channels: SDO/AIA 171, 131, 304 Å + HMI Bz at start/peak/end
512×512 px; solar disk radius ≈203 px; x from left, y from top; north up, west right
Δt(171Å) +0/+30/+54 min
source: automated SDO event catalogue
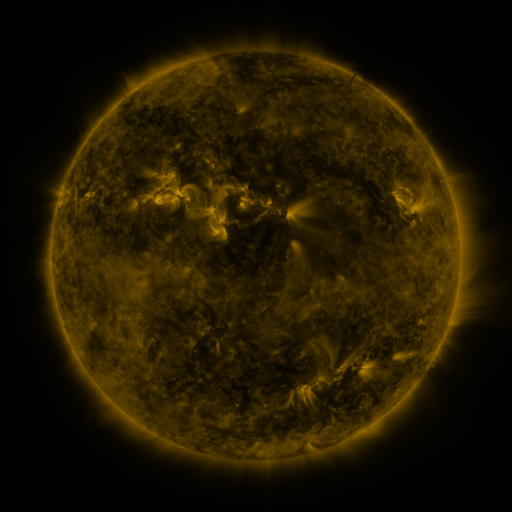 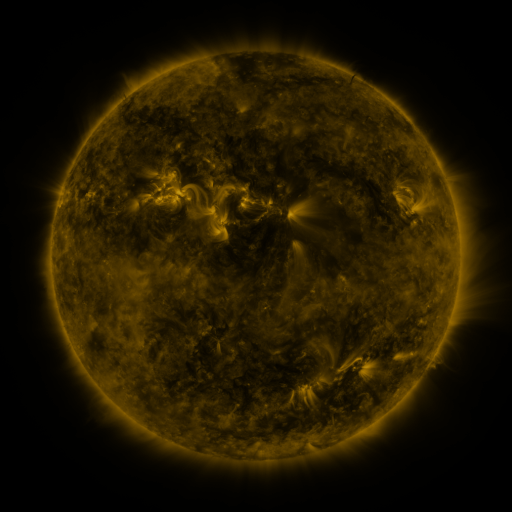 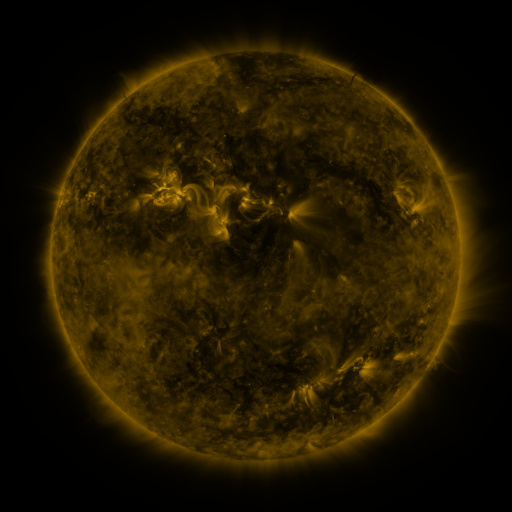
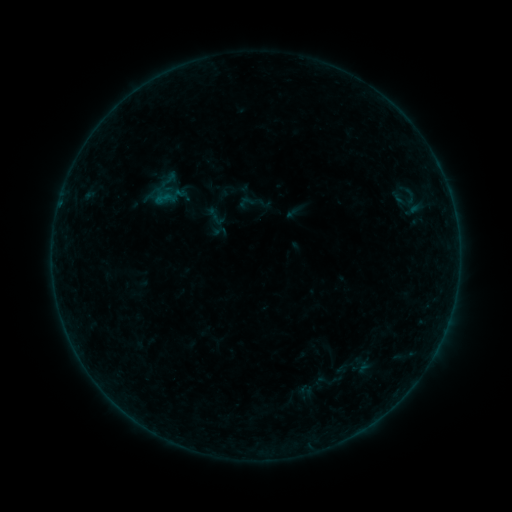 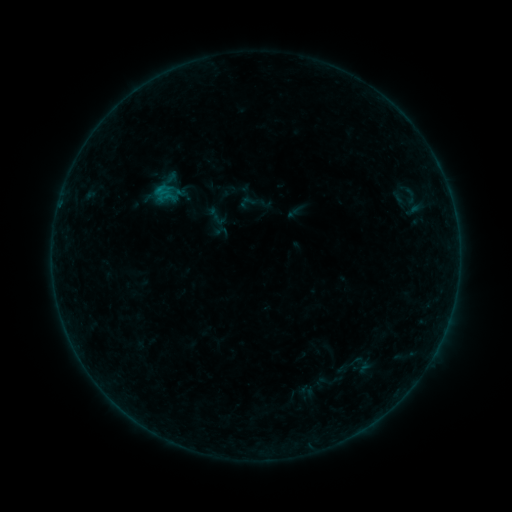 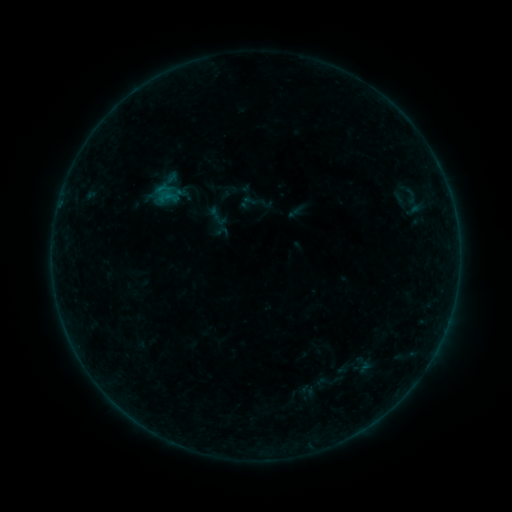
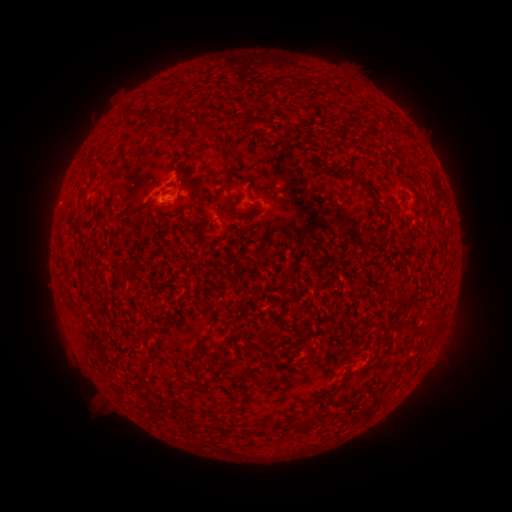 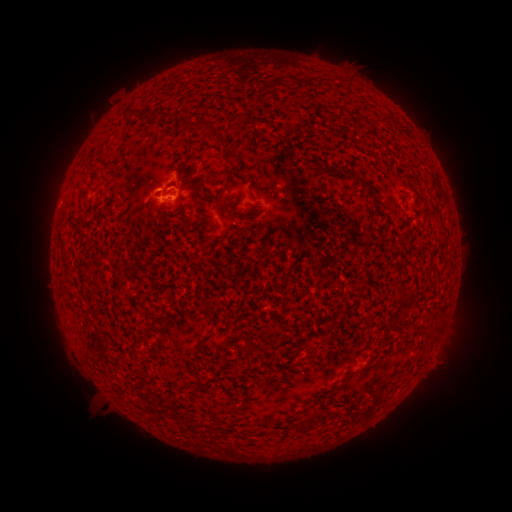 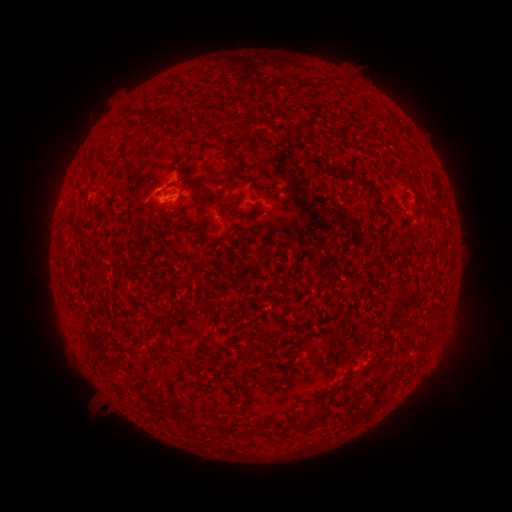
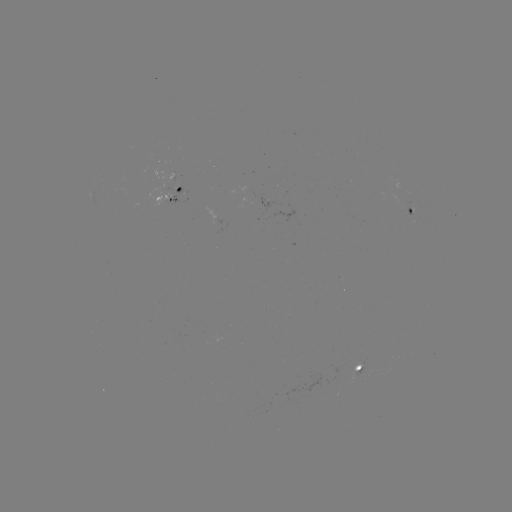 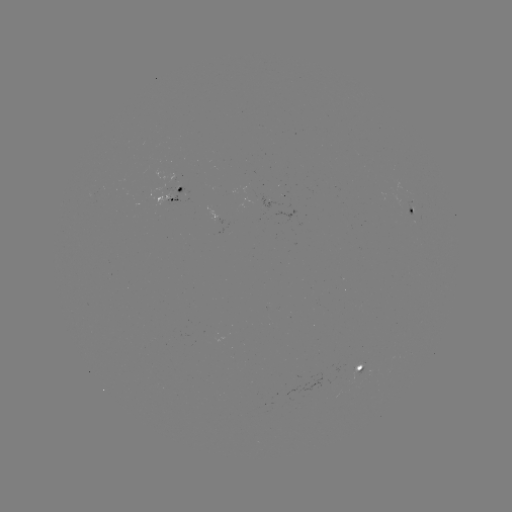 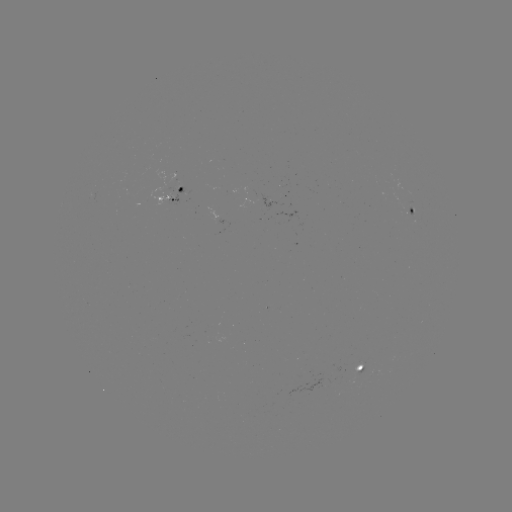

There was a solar flare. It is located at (162, 191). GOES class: B4.7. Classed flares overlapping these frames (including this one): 1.